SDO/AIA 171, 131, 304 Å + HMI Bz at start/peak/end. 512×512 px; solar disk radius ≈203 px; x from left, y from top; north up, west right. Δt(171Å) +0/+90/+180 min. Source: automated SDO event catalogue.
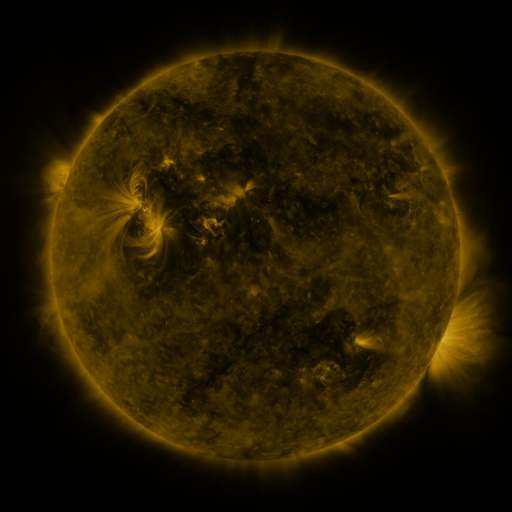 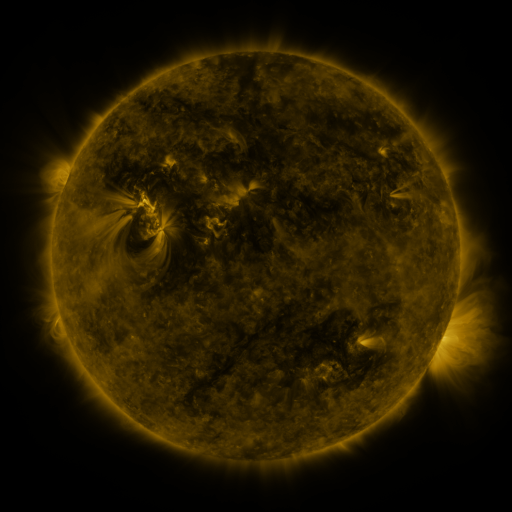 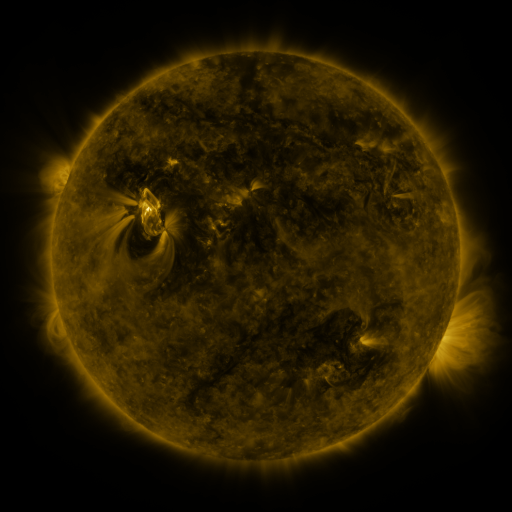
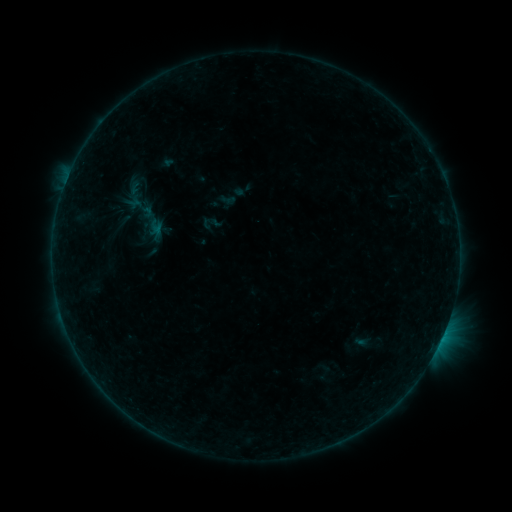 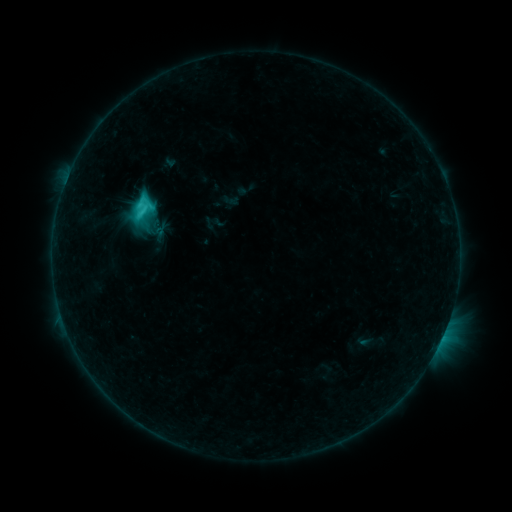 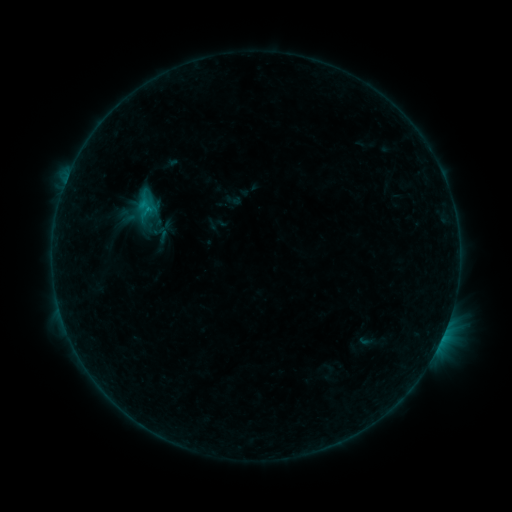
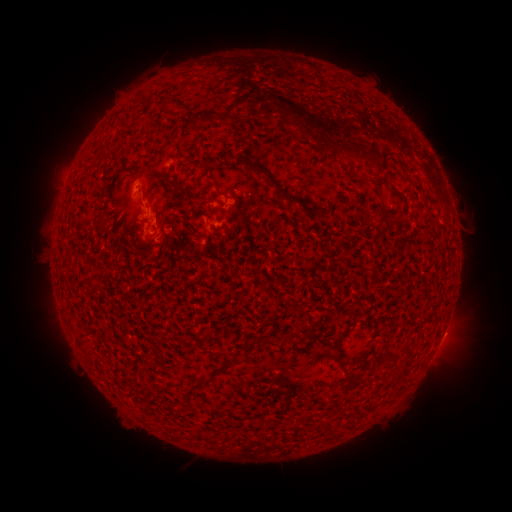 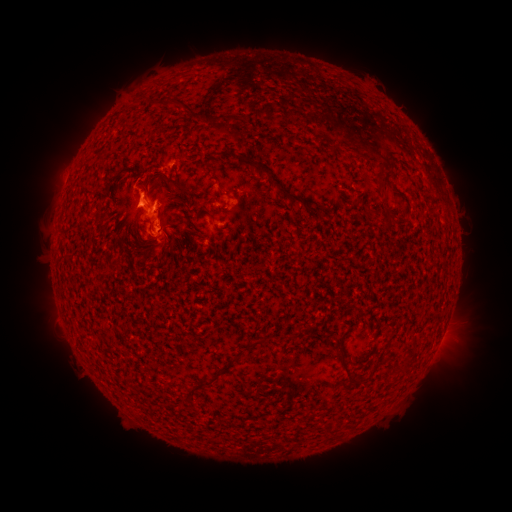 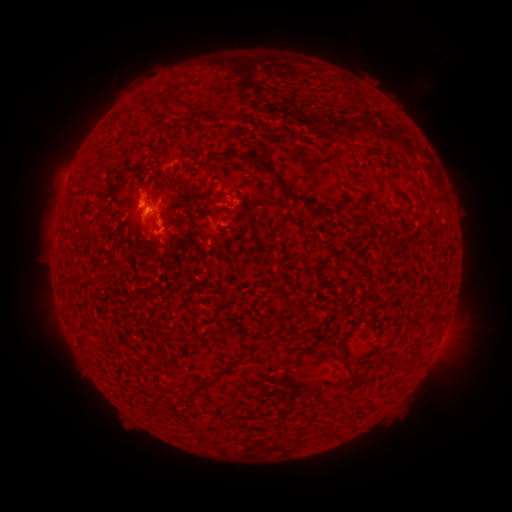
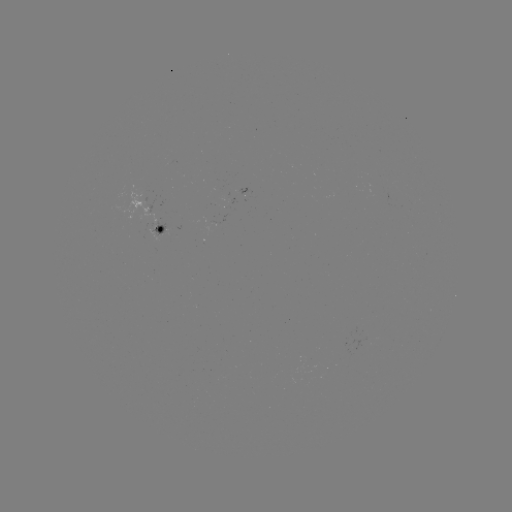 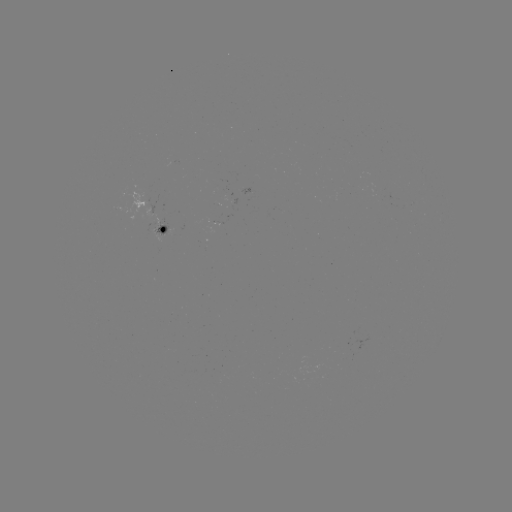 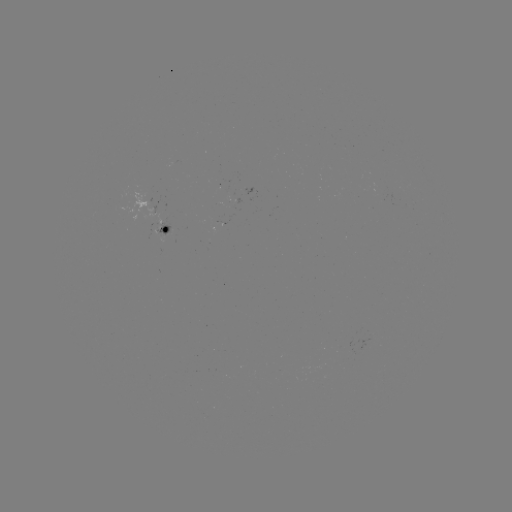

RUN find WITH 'C3.2 flare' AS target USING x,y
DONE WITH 146,202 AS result